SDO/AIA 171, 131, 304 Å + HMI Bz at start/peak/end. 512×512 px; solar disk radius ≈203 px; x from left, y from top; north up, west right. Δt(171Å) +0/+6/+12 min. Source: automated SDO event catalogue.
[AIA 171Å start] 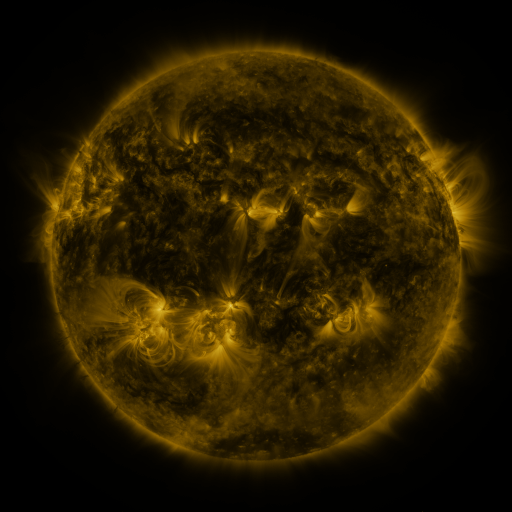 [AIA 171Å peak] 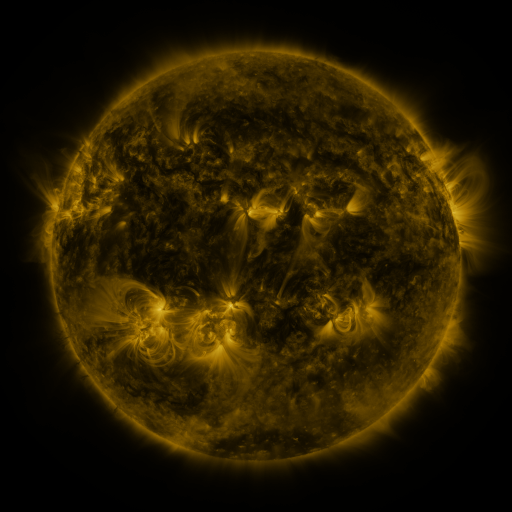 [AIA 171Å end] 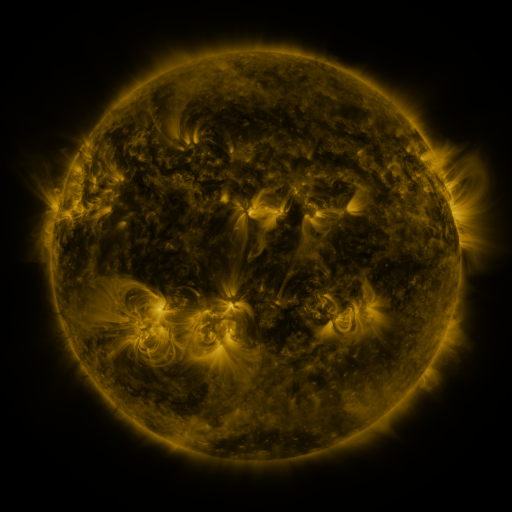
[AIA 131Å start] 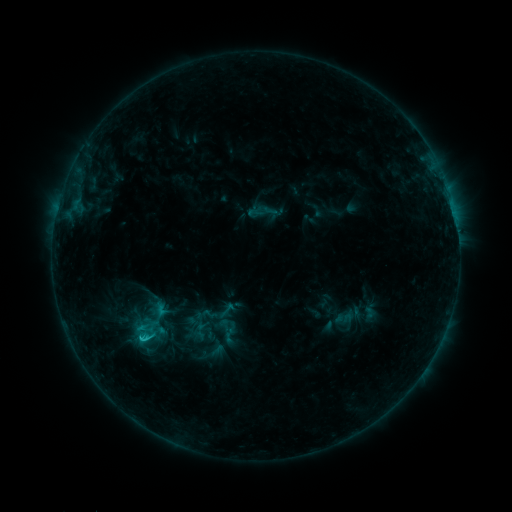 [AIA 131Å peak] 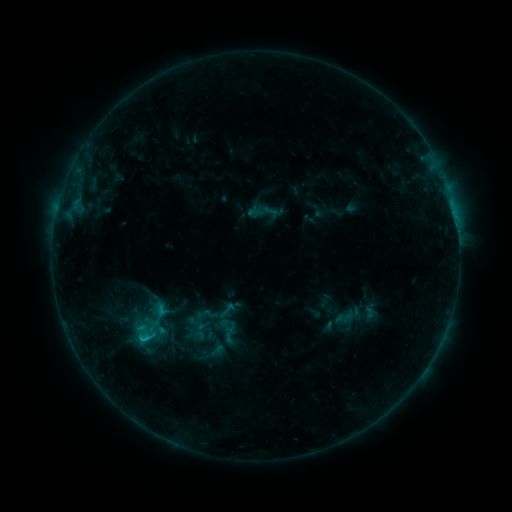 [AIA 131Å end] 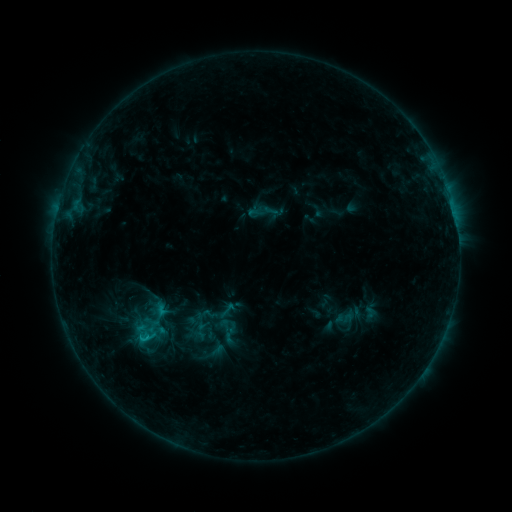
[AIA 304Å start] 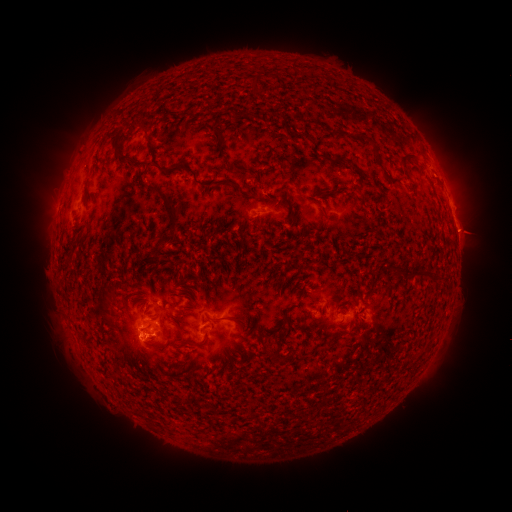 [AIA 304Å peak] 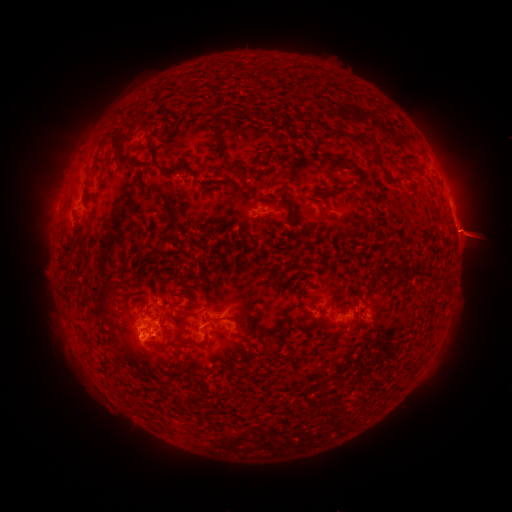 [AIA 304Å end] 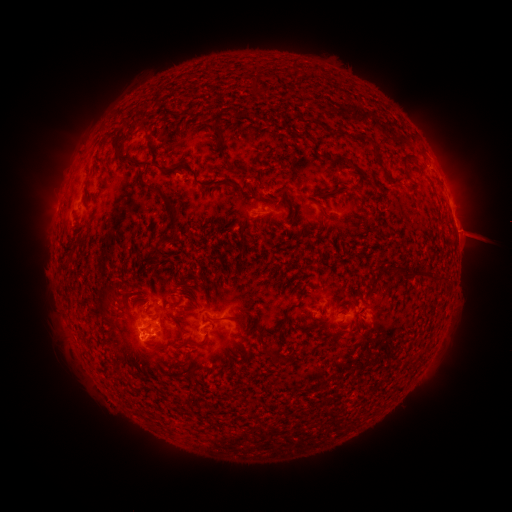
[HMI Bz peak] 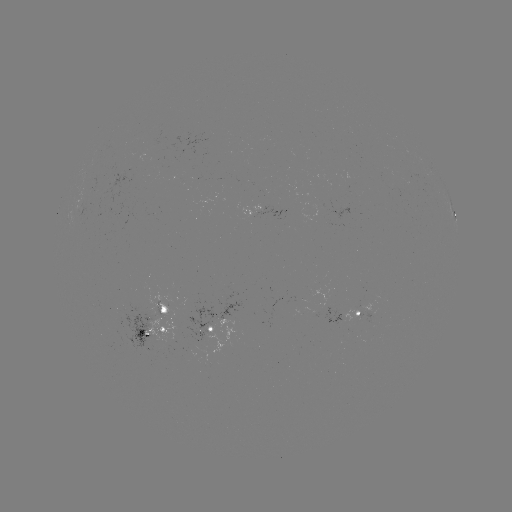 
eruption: [447, 210, 498, 261]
